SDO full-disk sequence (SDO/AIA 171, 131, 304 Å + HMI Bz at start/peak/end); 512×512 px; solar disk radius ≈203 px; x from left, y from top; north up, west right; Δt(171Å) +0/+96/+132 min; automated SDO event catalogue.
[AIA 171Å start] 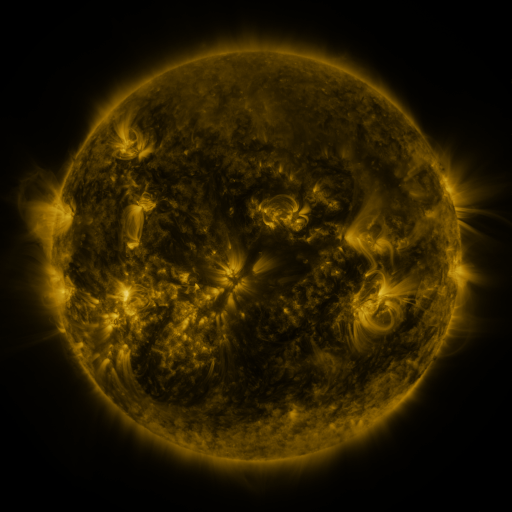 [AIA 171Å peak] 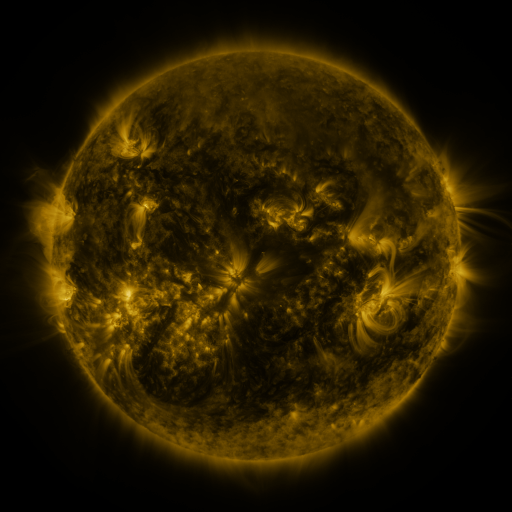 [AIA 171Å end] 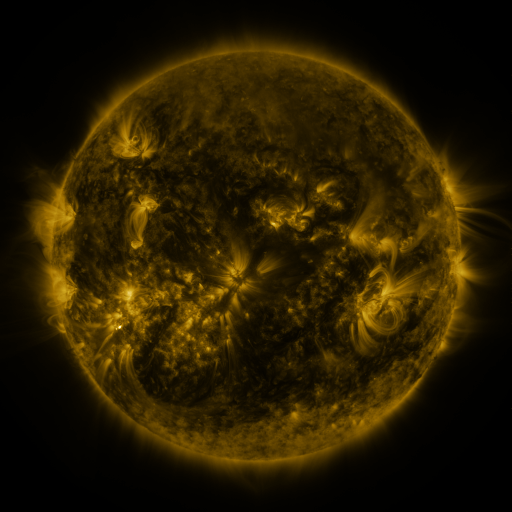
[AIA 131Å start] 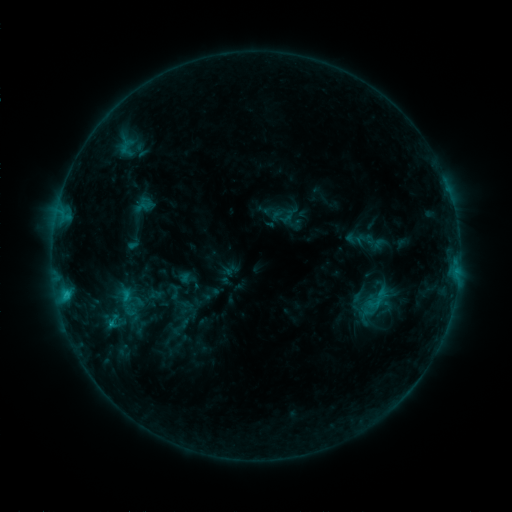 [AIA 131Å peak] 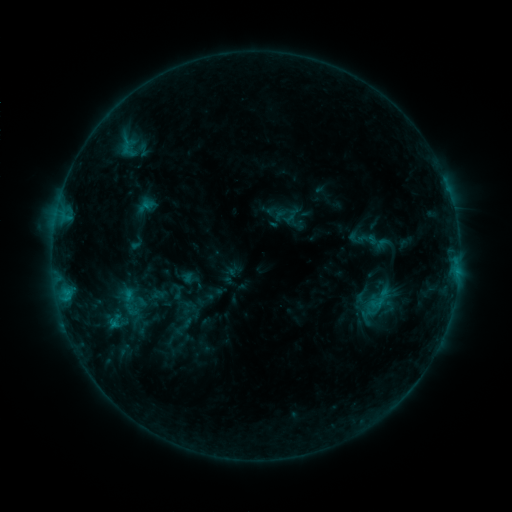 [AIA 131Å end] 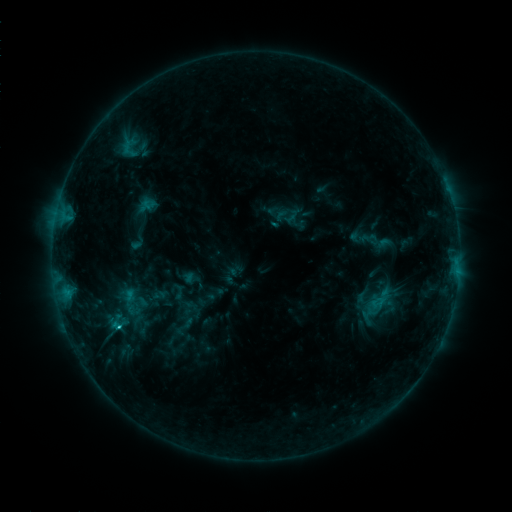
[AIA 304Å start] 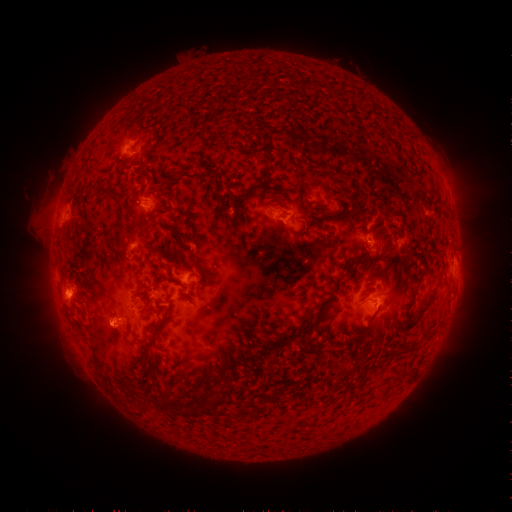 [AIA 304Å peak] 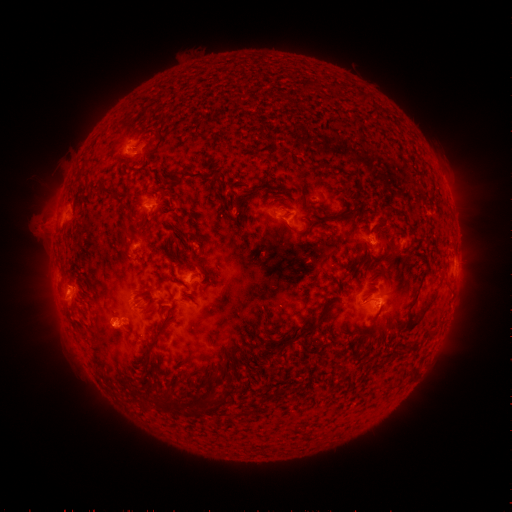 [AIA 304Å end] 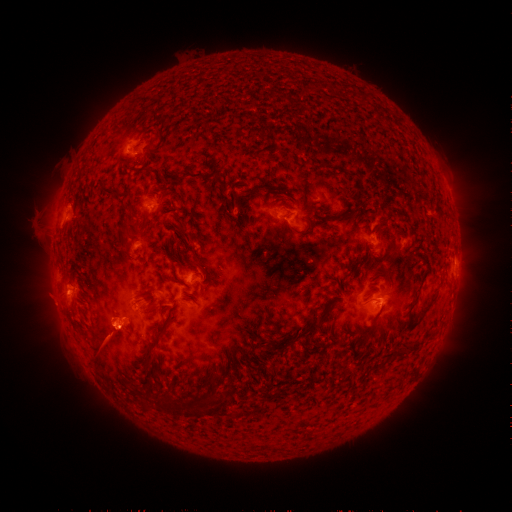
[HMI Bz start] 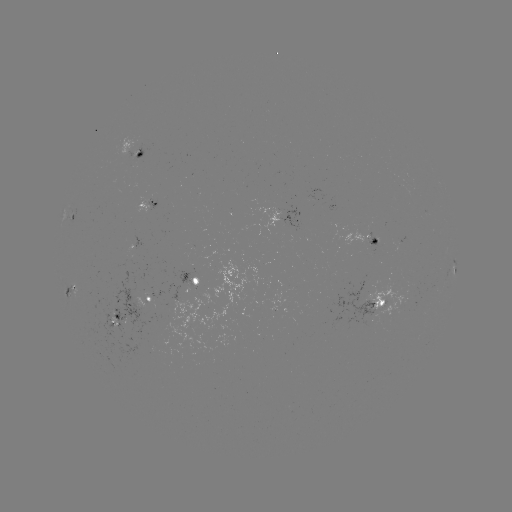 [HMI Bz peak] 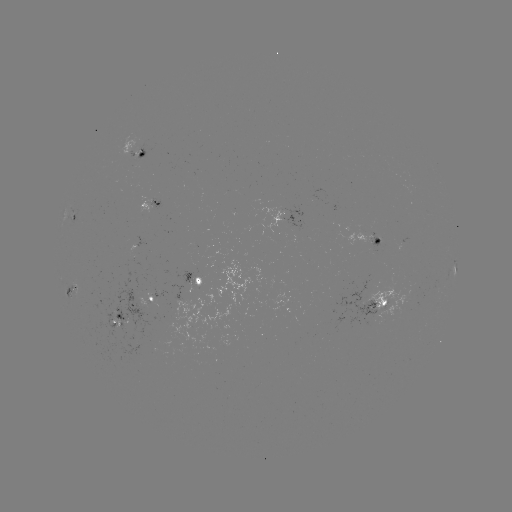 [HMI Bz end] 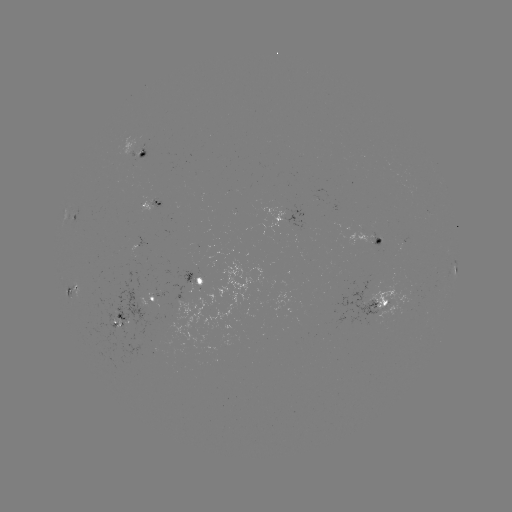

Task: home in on emerging-flux region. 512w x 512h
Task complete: [191, 289].